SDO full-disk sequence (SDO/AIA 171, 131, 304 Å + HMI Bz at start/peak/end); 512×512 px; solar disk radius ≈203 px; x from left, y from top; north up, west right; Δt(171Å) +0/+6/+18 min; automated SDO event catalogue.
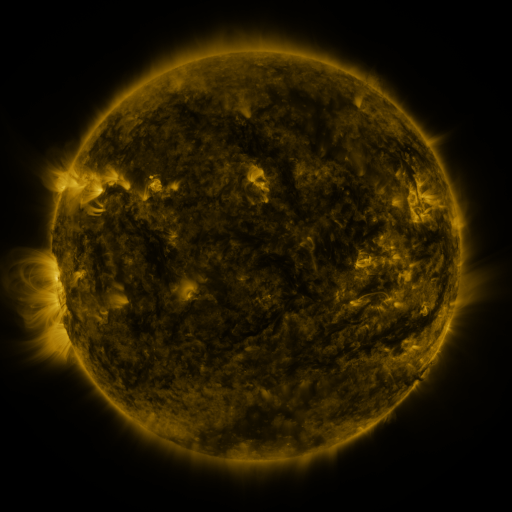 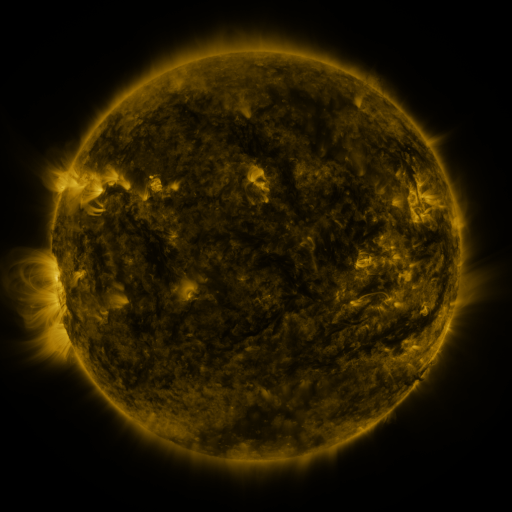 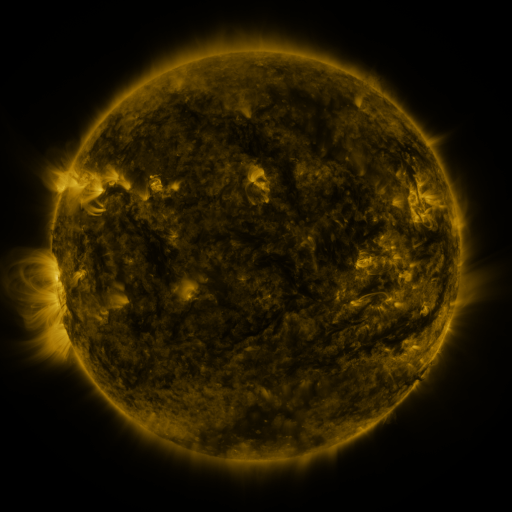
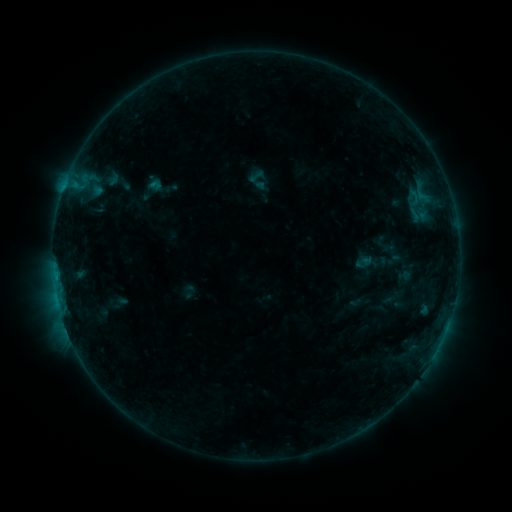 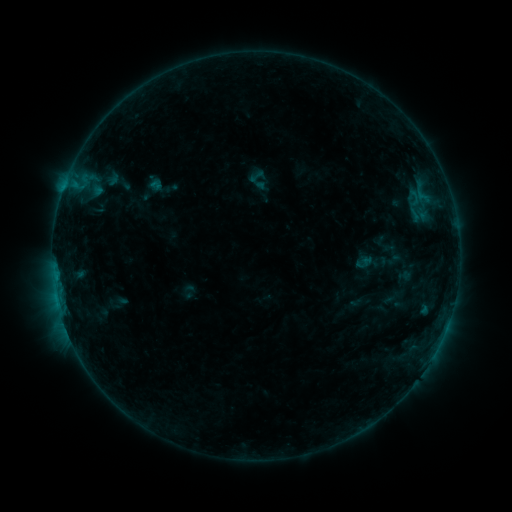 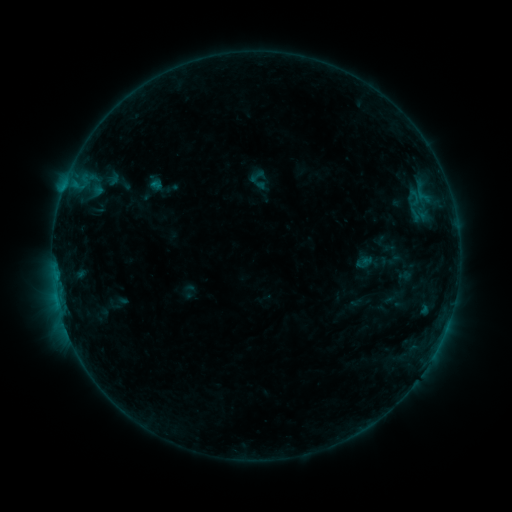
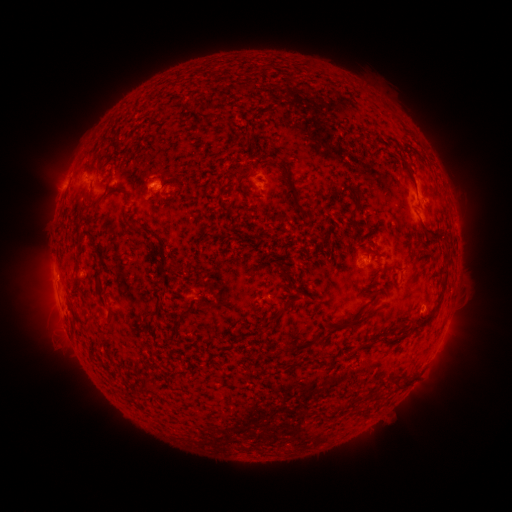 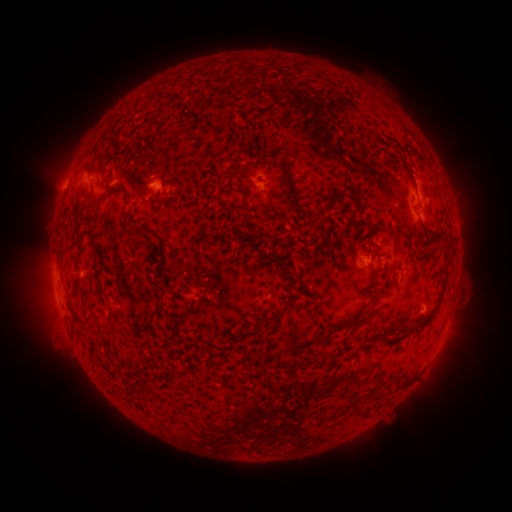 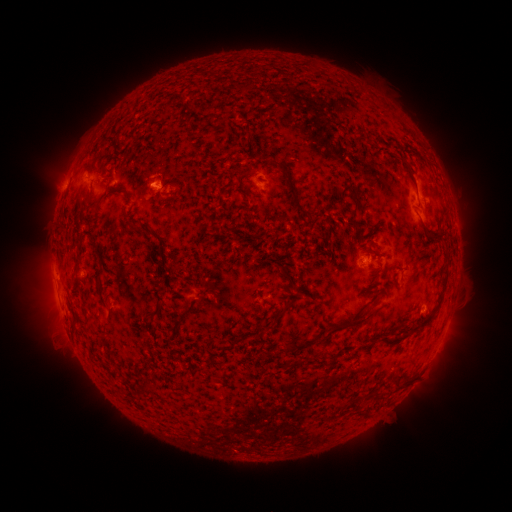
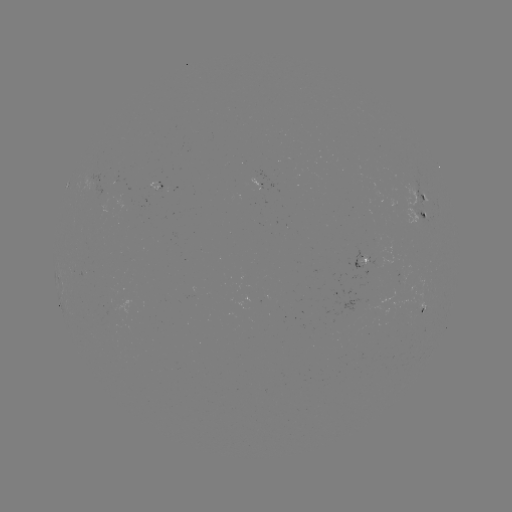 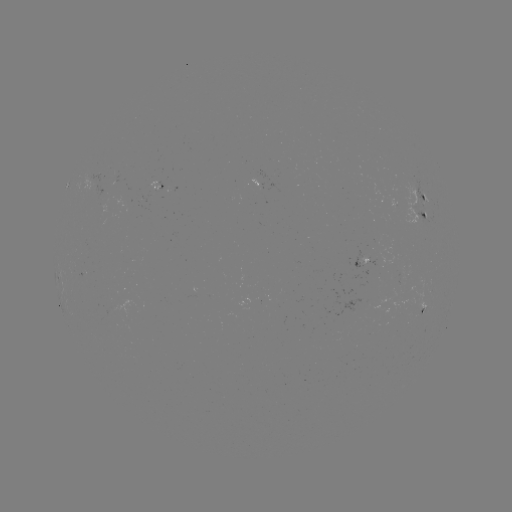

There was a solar flare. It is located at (154, 186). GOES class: B5.7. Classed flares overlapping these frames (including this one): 1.